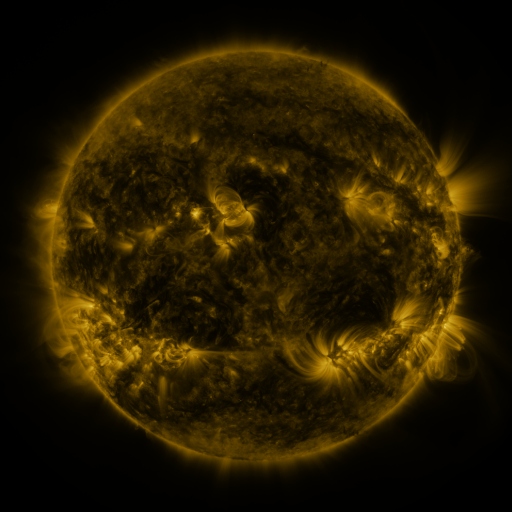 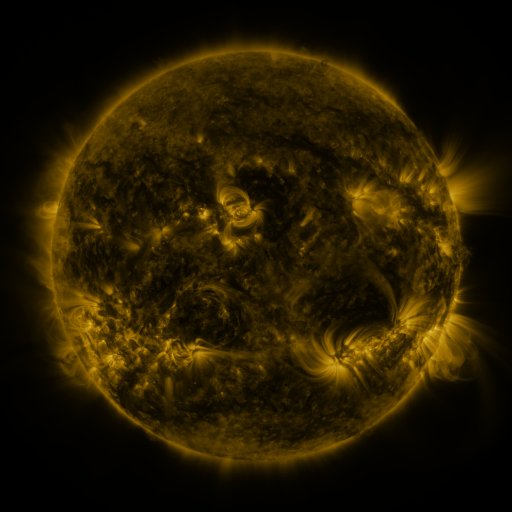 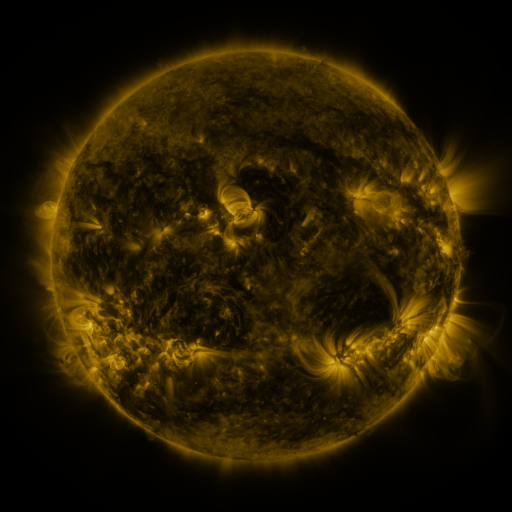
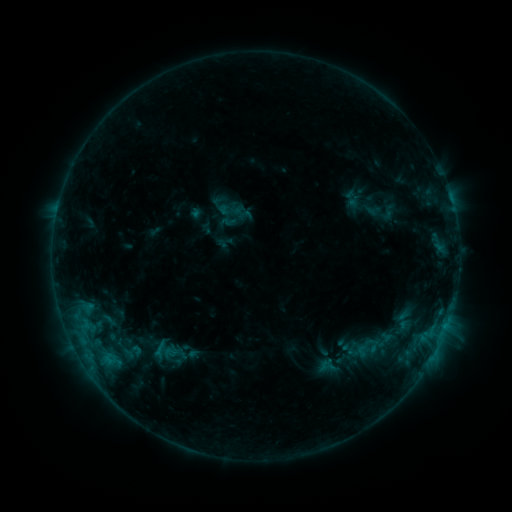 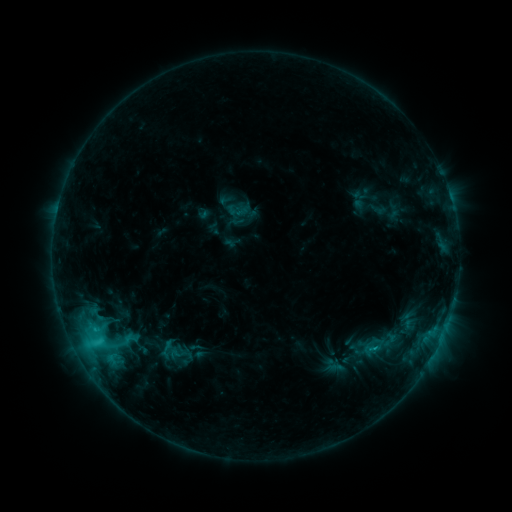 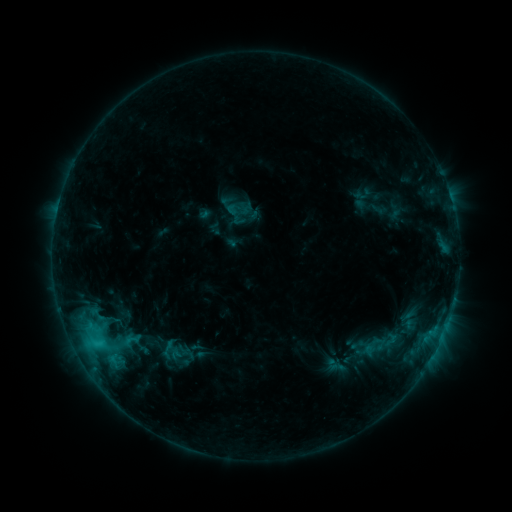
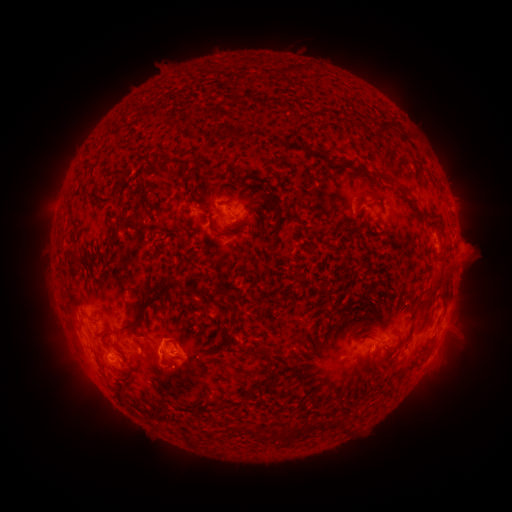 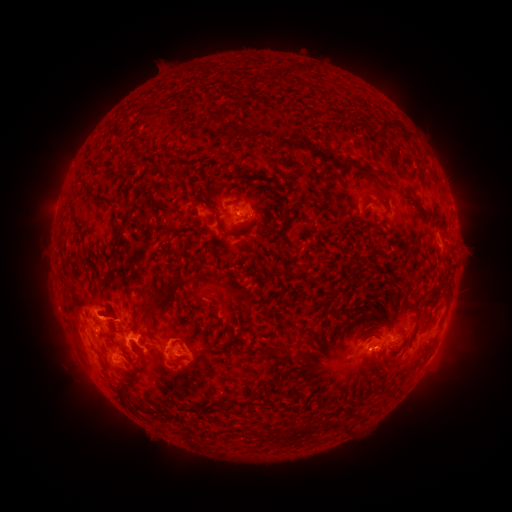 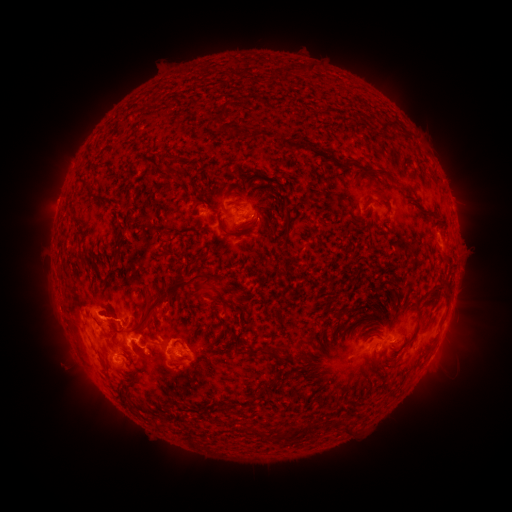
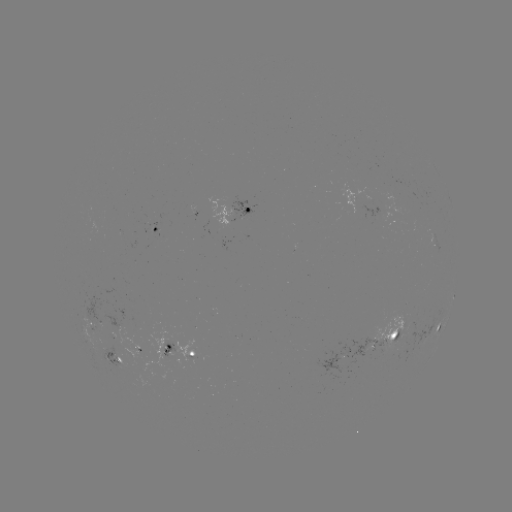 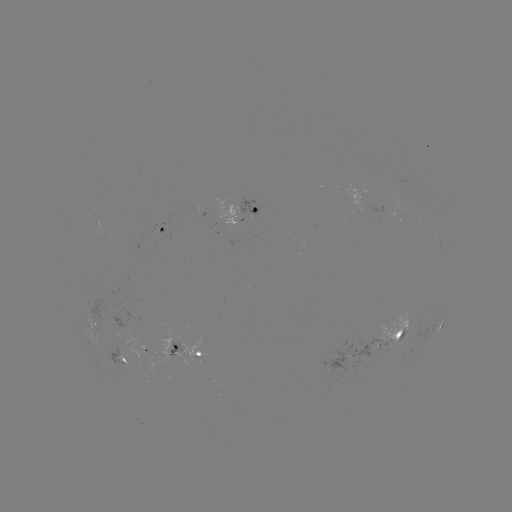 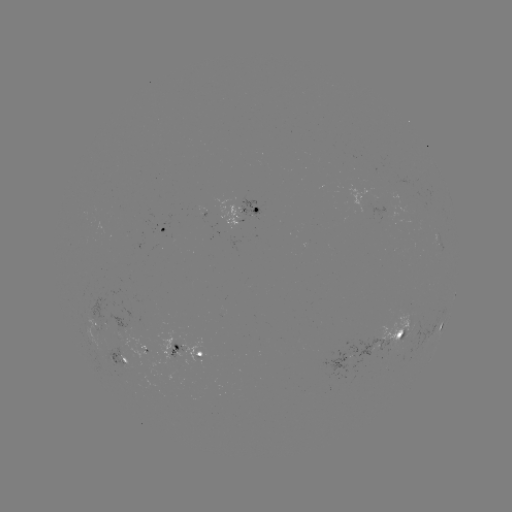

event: flare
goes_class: C3.5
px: (98, 339)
